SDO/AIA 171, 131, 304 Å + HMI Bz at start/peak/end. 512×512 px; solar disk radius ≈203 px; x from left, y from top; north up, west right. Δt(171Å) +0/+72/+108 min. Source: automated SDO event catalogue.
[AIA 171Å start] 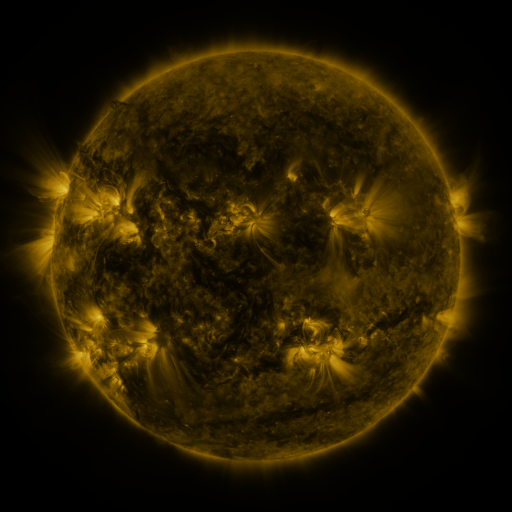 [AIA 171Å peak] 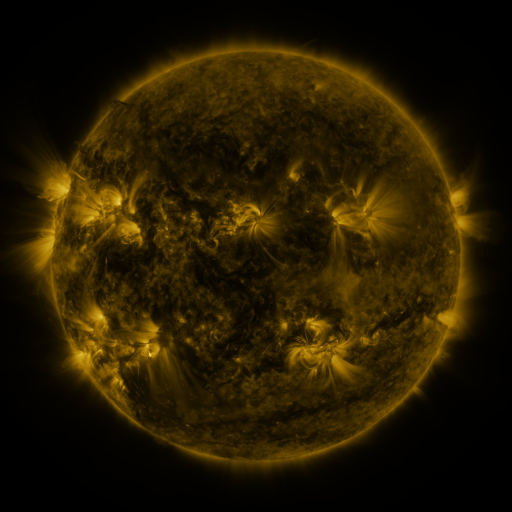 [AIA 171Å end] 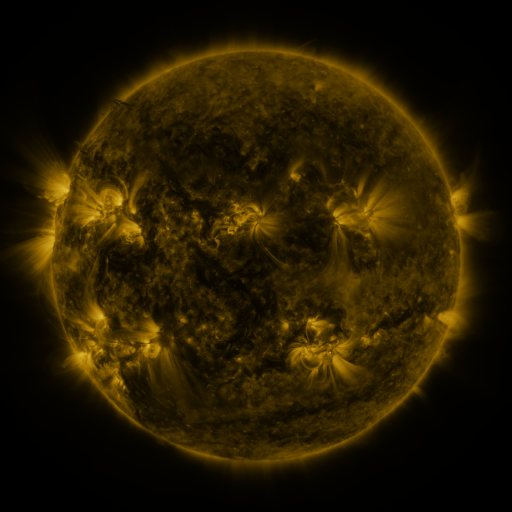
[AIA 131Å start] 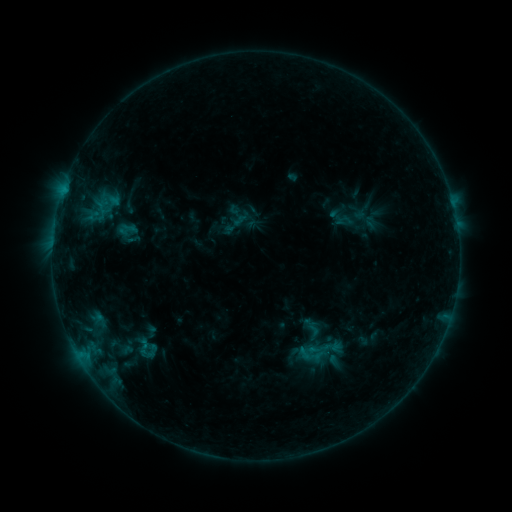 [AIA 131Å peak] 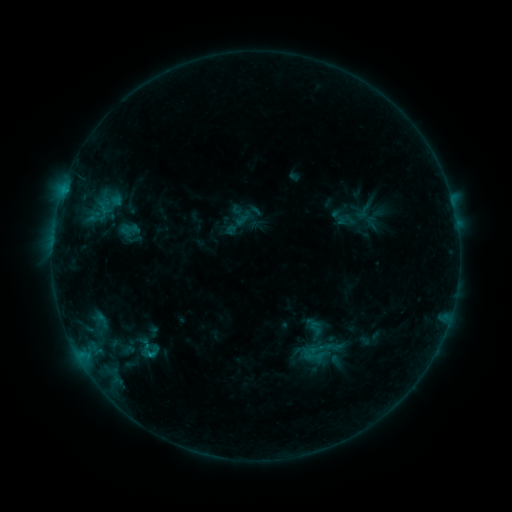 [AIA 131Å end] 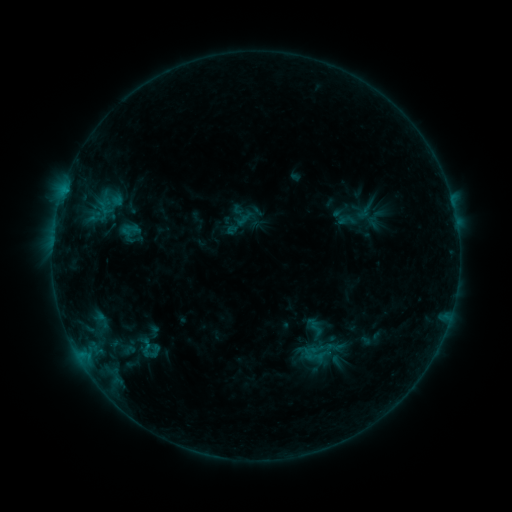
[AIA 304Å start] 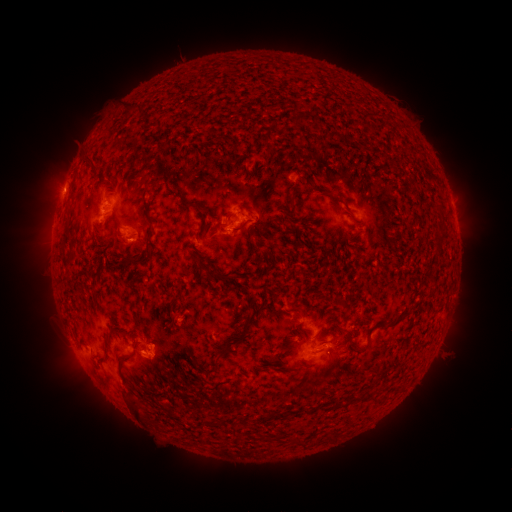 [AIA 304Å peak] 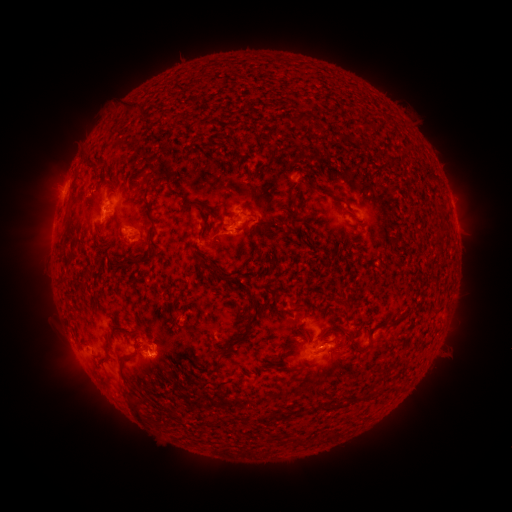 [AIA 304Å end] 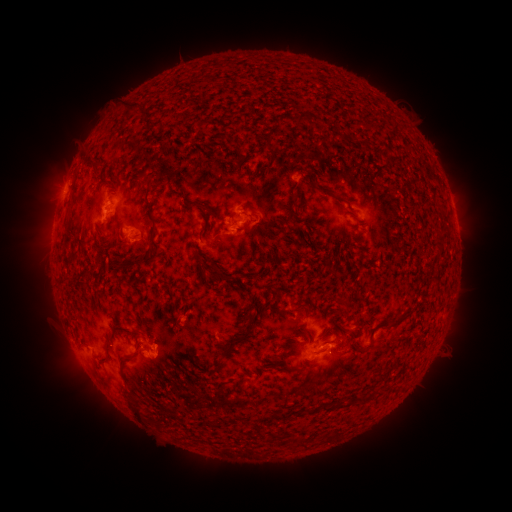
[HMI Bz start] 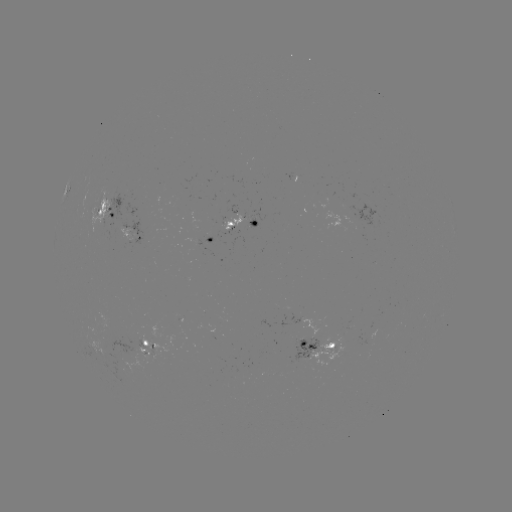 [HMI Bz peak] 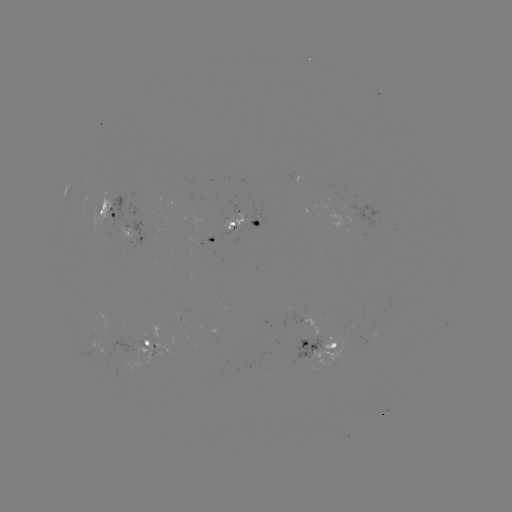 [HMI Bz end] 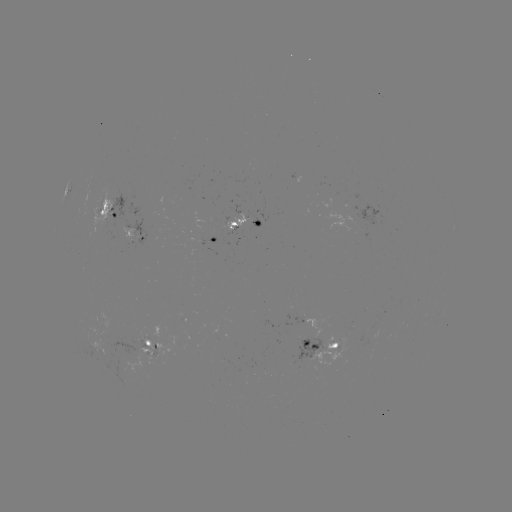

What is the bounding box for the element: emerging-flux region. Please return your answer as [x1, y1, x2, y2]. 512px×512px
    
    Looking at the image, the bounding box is [342, 202, 381, 228].